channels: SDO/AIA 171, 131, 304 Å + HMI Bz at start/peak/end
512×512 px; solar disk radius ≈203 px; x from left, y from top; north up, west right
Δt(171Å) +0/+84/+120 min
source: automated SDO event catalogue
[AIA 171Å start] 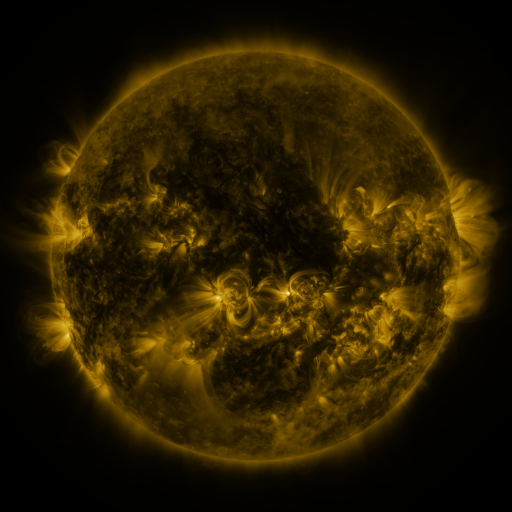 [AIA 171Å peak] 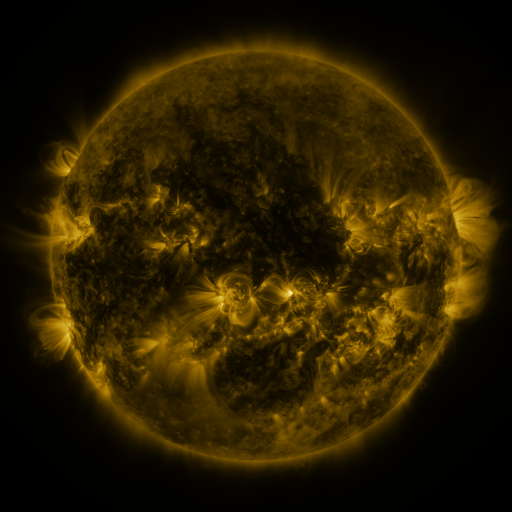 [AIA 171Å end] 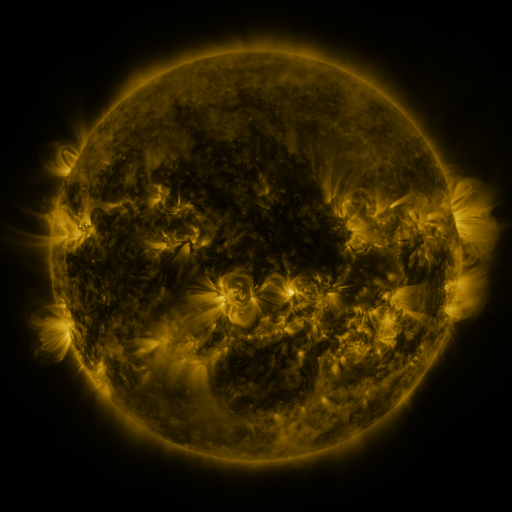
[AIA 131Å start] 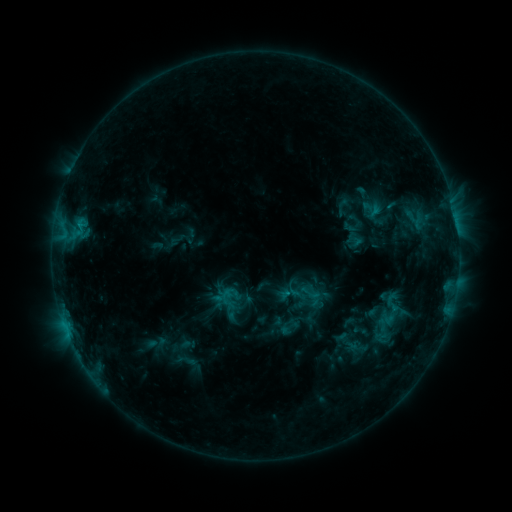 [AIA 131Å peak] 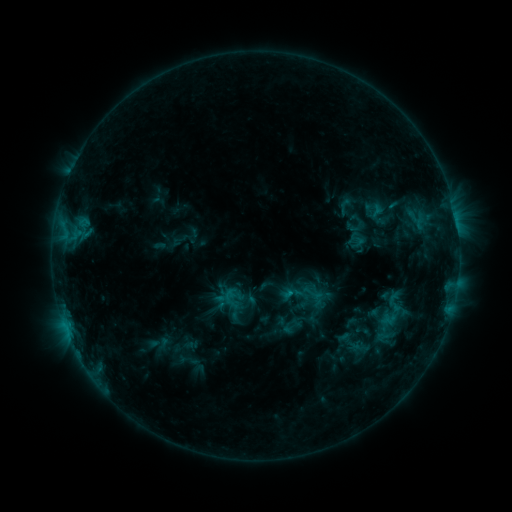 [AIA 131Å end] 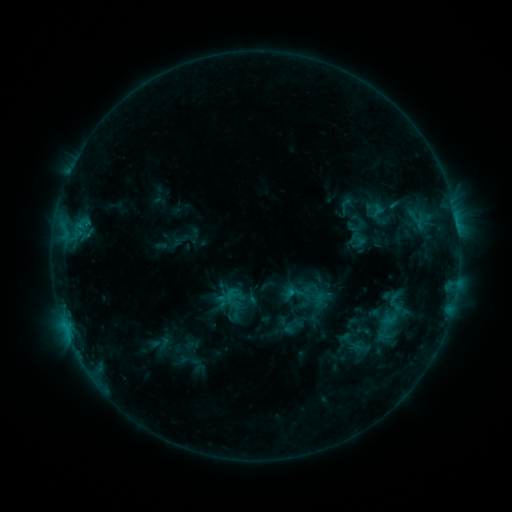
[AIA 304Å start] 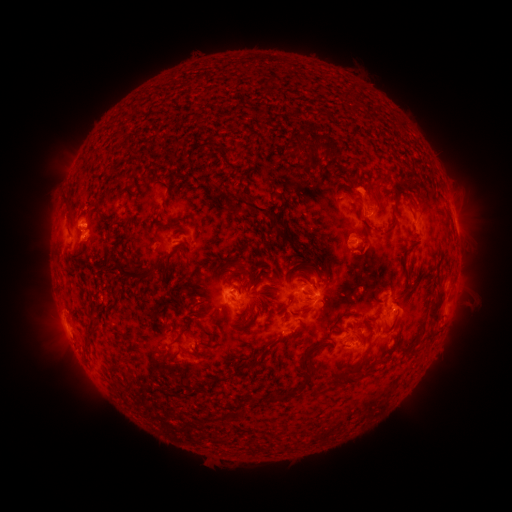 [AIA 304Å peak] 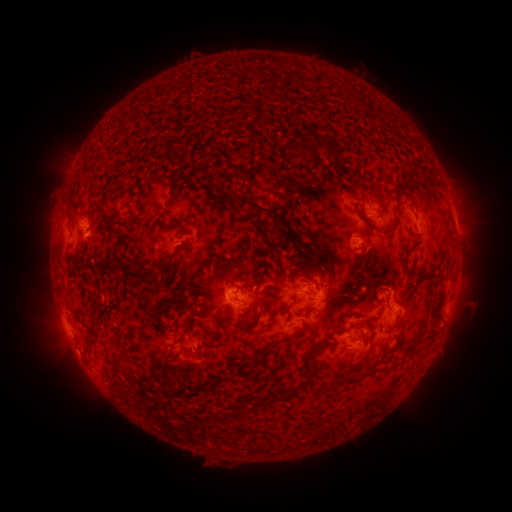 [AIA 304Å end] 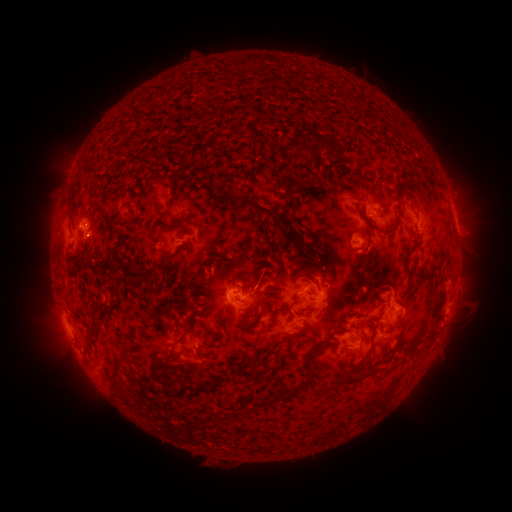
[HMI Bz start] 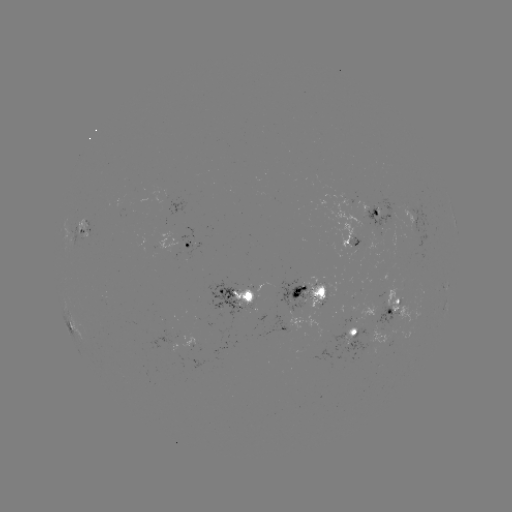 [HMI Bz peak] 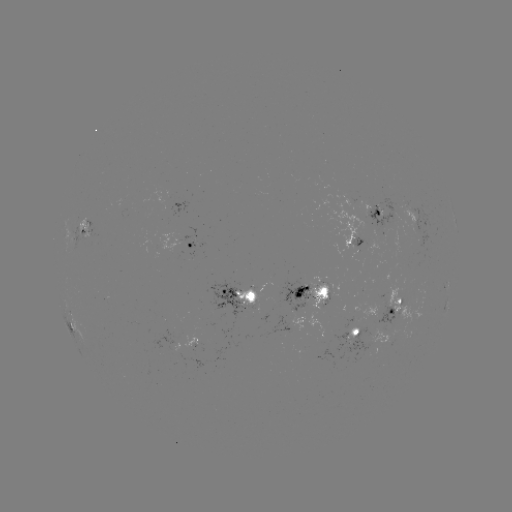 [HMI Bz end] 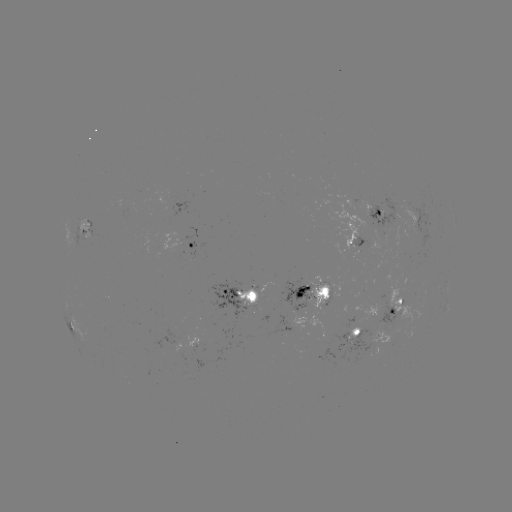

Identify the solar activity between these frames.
emerging-flux region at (383, 309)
